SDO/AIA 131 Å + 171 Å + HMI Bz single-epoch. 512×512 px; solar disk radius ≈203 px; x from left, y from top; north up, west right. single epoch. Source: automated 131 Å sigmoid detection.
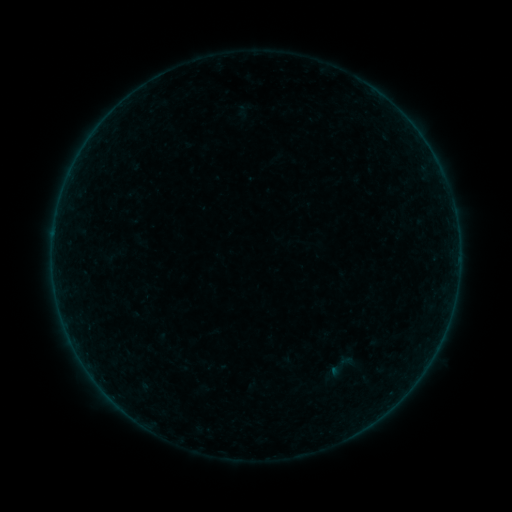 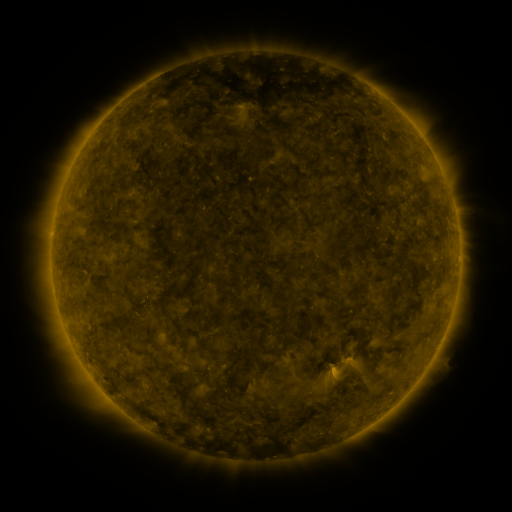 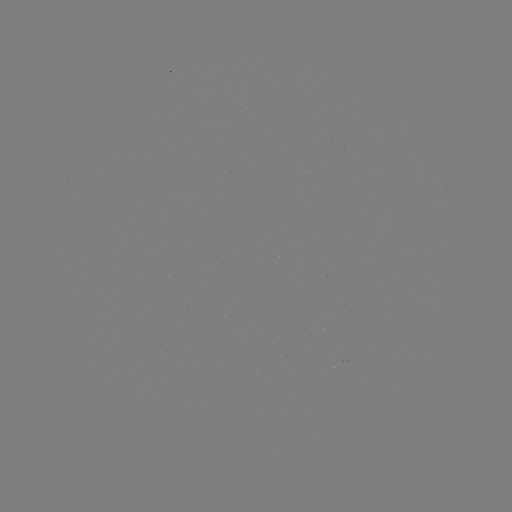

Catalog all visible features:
sigmoid: <bbox>325, 349, 358, 382</bbox>
